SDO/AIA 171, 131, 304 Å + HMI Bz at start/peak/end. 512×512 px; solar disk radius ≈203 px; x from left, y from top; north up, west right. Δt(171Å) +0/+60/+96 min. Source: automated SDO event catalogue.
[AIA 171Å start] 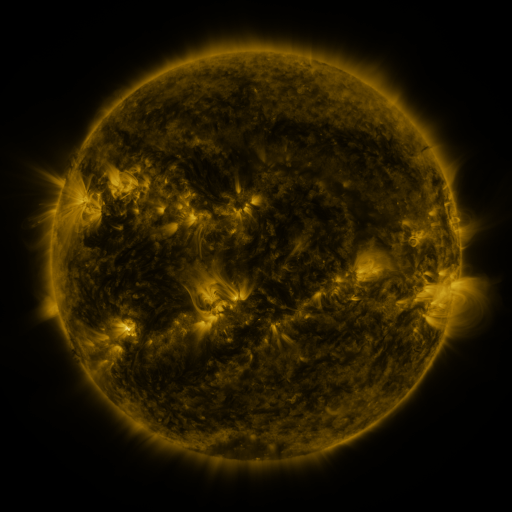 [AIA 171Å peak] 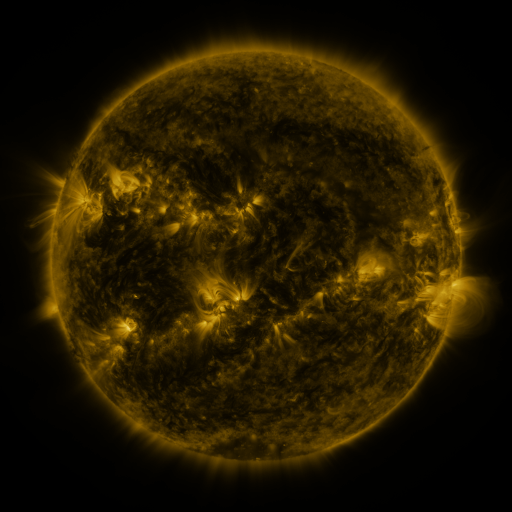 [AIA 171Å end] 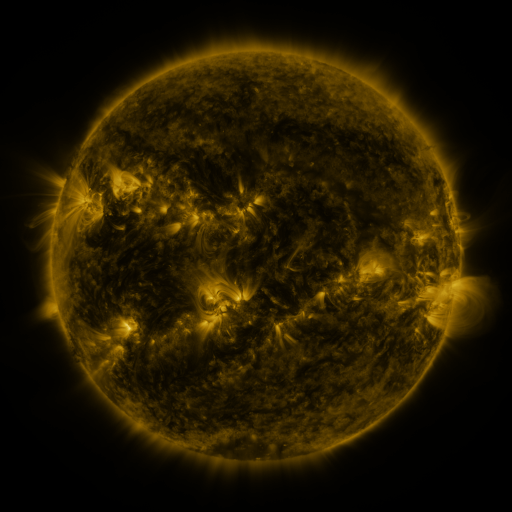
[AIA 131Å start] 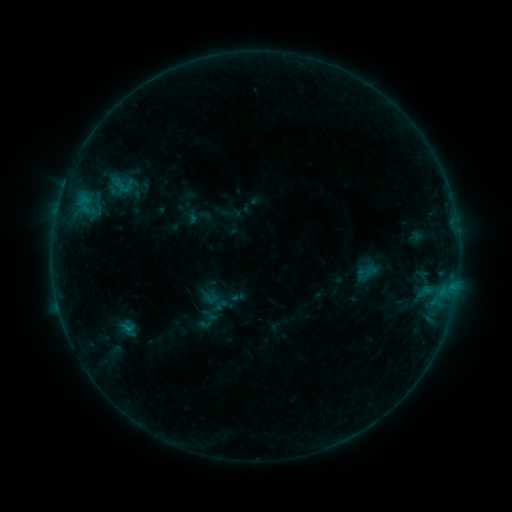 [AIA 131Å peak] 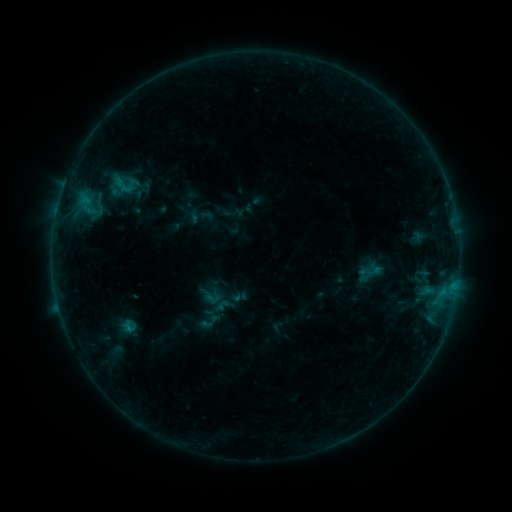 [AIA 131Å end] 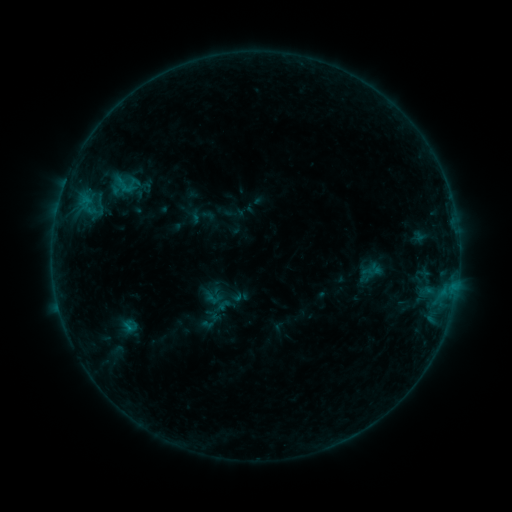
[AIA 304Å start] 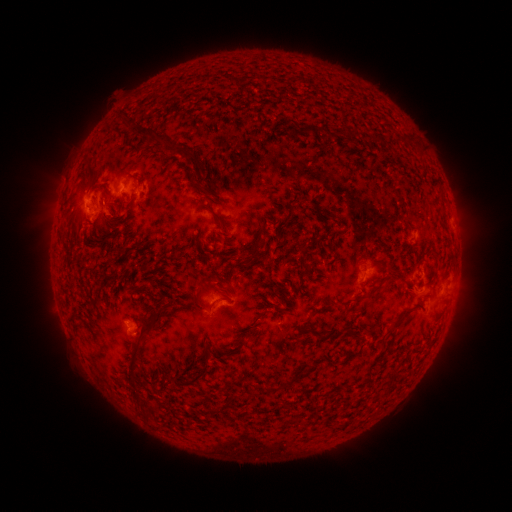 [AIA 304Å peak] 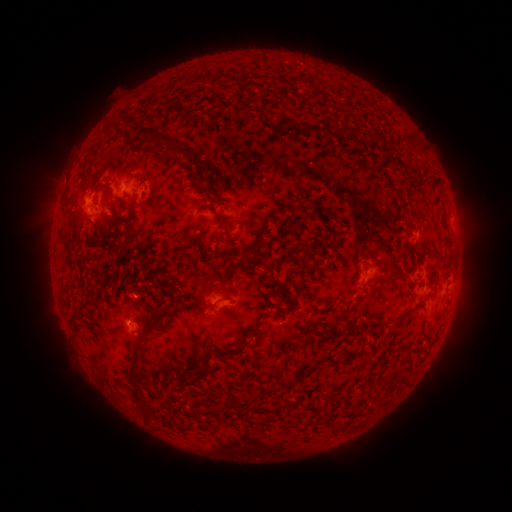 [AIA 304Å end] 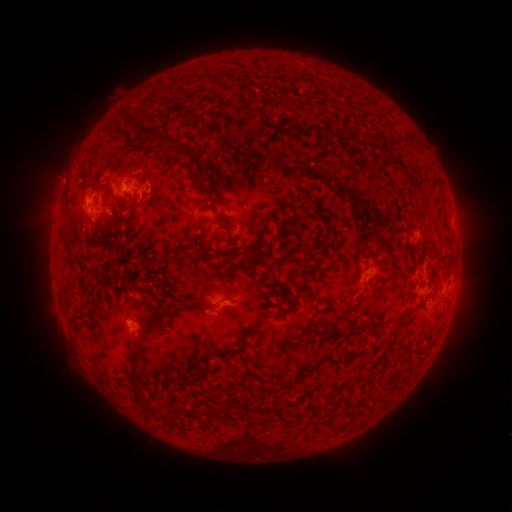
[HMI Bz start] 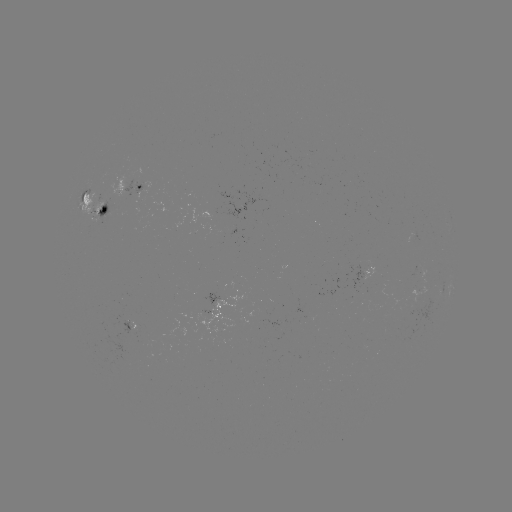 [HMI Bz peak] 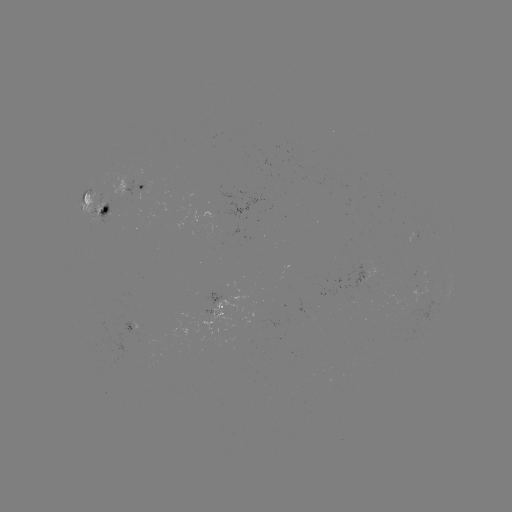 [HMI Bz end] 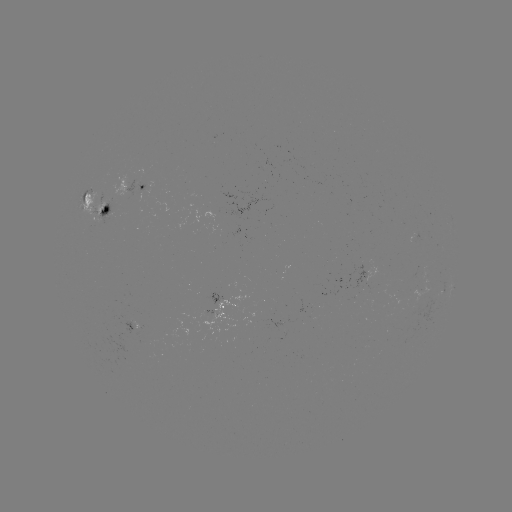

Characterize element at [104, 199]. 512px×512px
emerging-flux region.